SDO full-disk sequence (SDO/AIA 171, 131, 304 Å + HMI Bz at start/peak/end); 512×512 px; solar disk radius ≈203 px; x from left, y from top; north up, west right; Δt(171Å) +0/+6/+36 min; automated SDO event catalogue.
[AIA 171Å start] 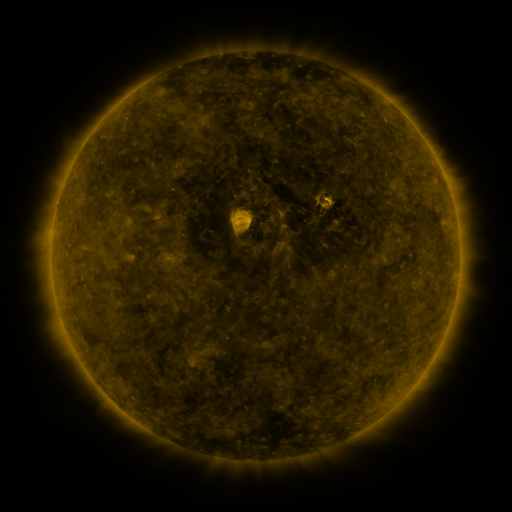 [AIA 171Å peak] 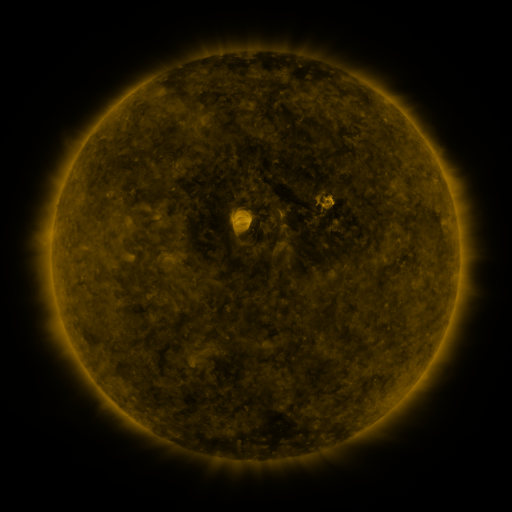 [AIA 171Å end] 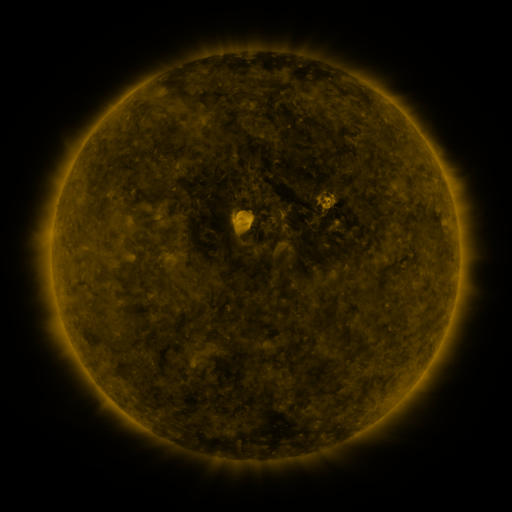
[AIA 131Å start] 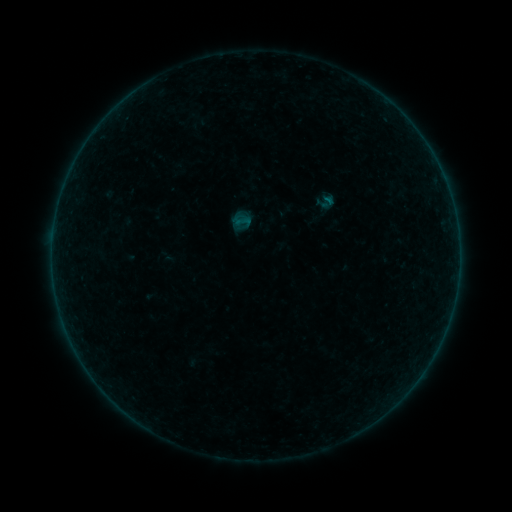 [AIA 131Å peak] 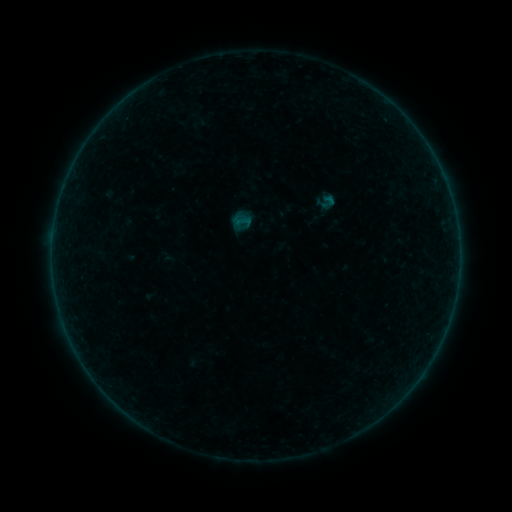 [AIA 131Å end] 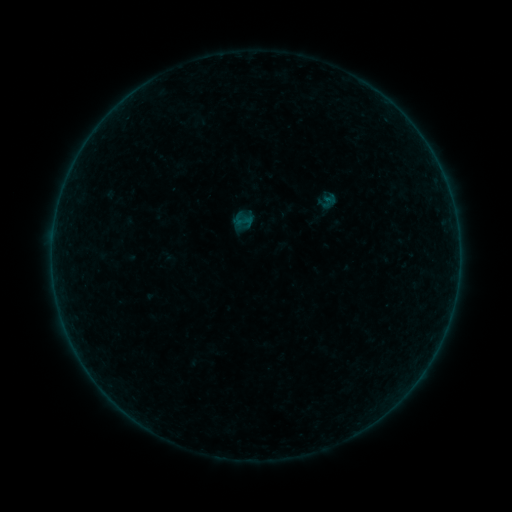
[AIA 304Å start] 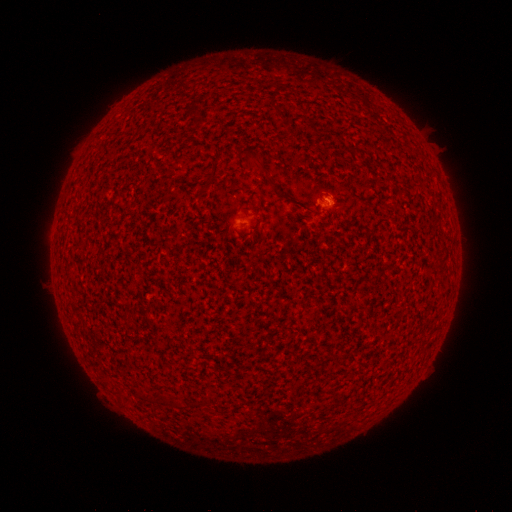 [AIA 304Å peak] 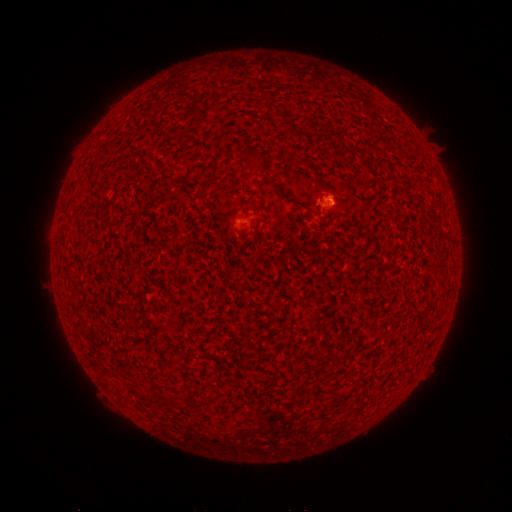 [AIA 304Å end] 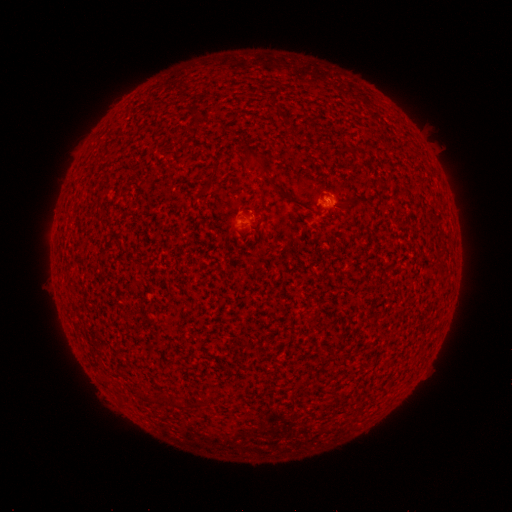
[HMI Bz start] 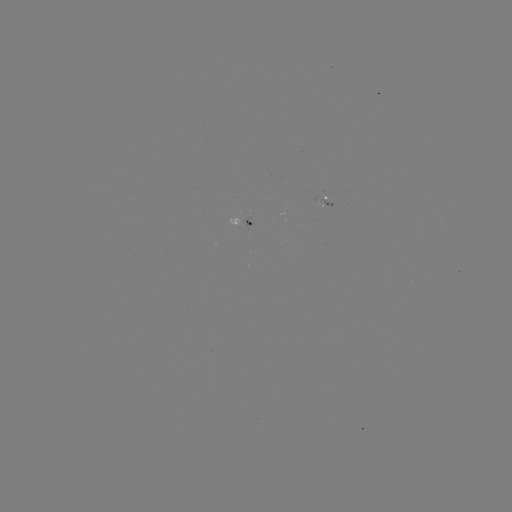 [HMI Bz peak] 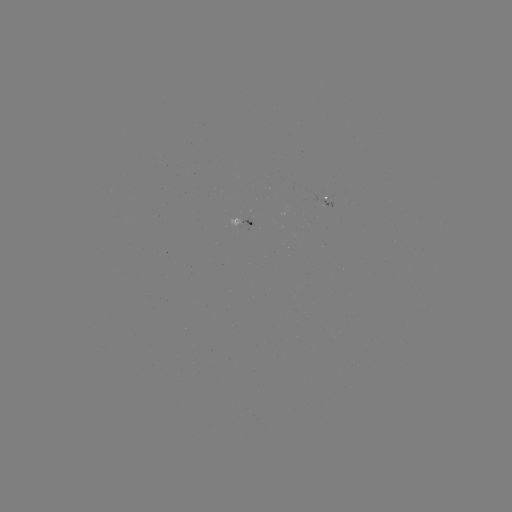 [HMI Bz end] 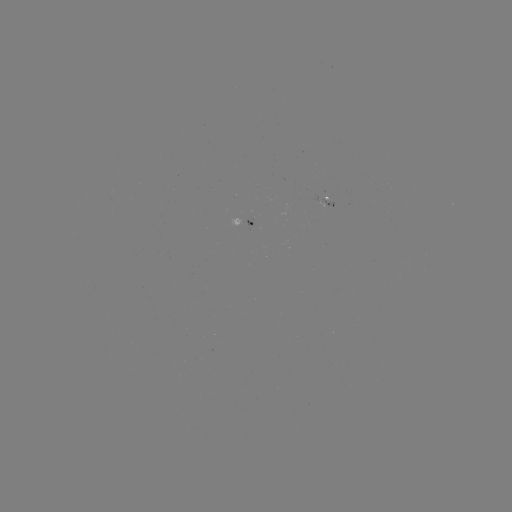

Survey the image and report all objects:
B1.1 flare: (328, 201)
